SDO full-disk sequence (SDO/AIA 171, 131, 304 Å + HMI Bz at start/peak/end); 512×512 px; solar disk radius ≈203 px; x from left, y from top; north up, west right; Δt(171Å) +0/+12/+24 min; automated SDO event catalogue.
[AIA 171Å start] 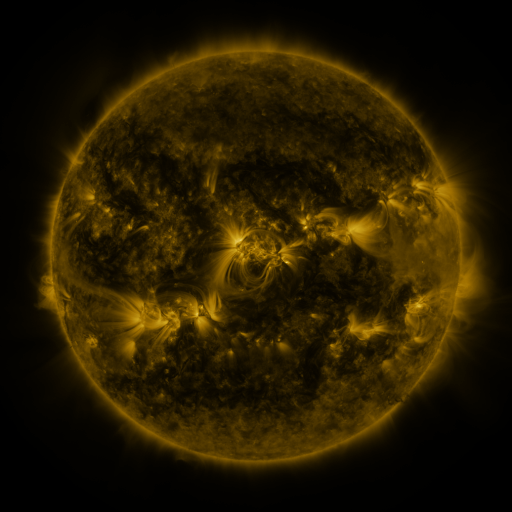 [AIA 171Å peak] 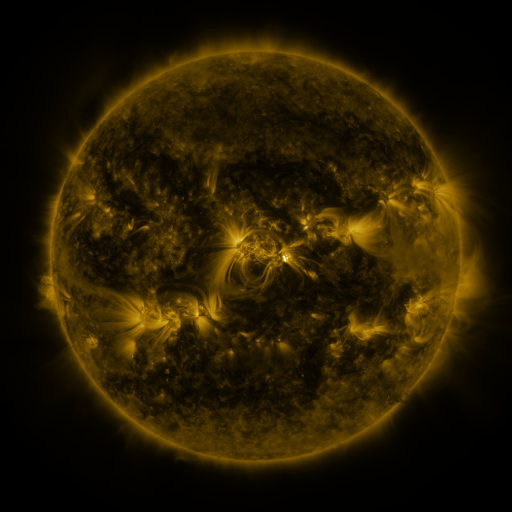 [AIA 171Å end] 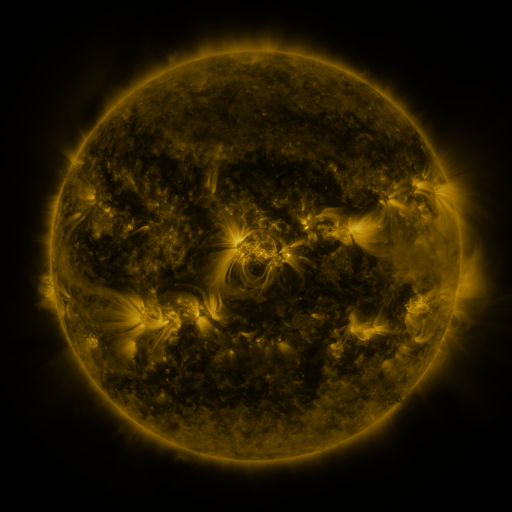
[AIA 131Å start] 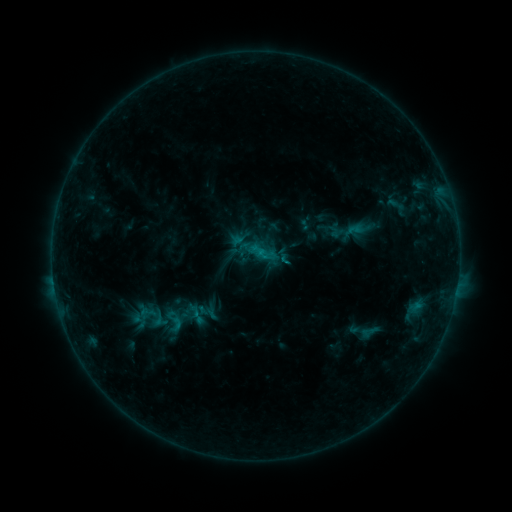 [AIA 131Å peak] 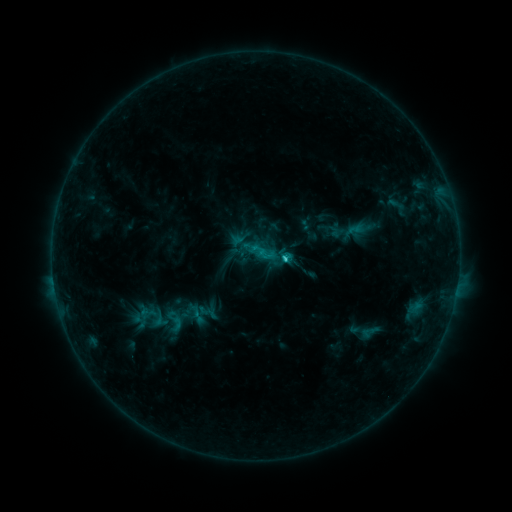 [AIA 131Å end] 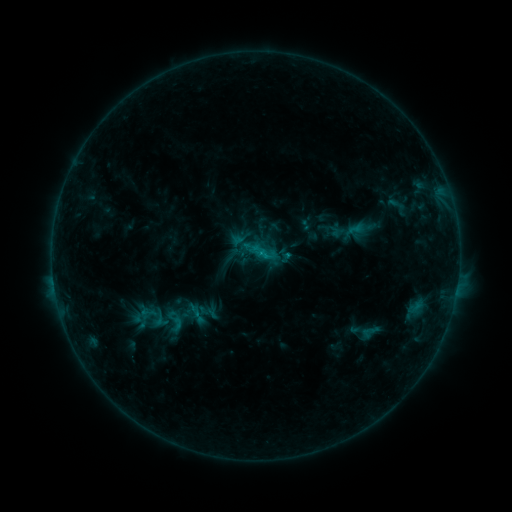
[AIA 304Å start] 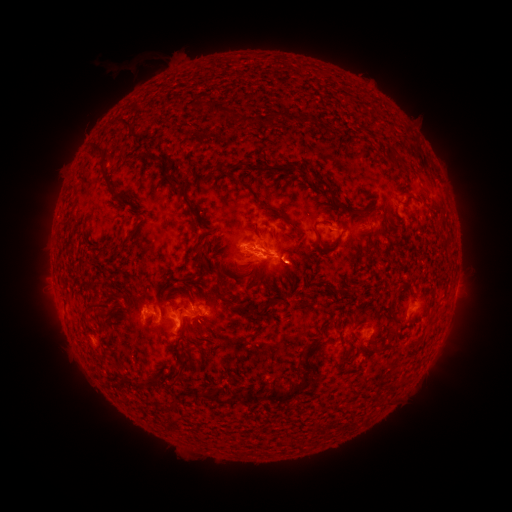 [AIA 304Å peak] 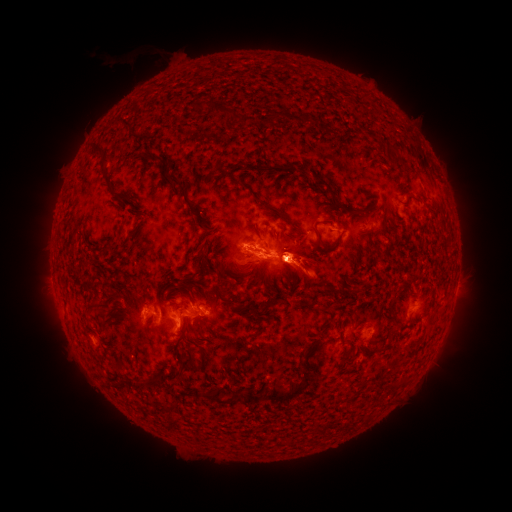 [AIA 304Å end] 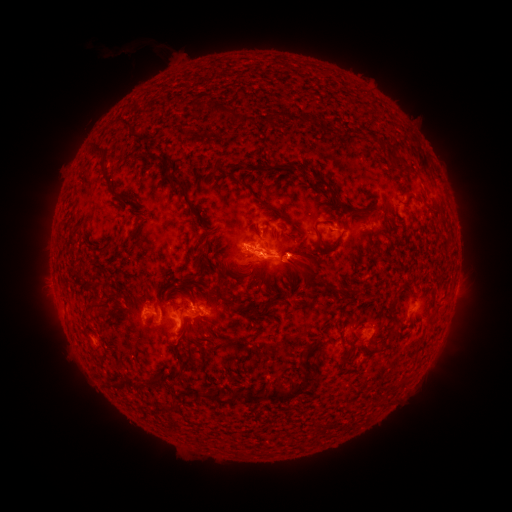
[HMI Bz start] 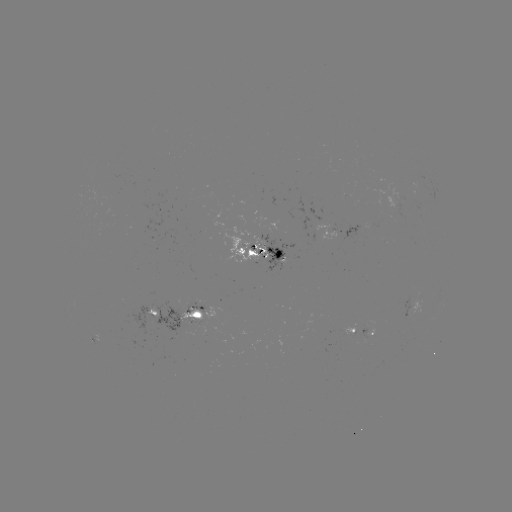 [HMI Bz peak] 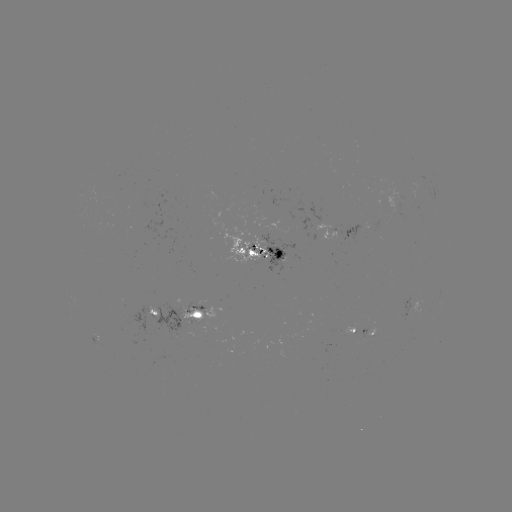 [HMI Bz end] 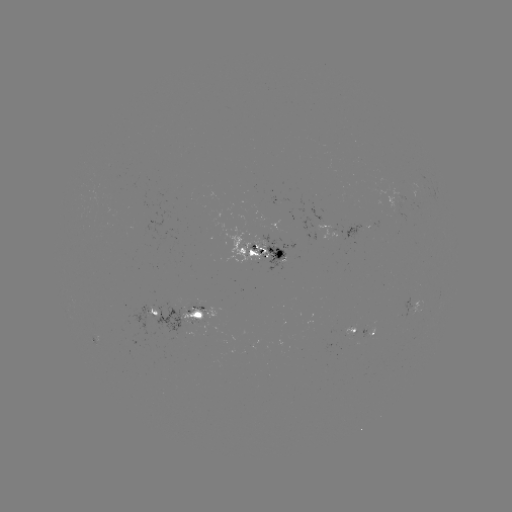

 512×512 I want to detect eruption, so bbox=[164, 146, 373, 396].